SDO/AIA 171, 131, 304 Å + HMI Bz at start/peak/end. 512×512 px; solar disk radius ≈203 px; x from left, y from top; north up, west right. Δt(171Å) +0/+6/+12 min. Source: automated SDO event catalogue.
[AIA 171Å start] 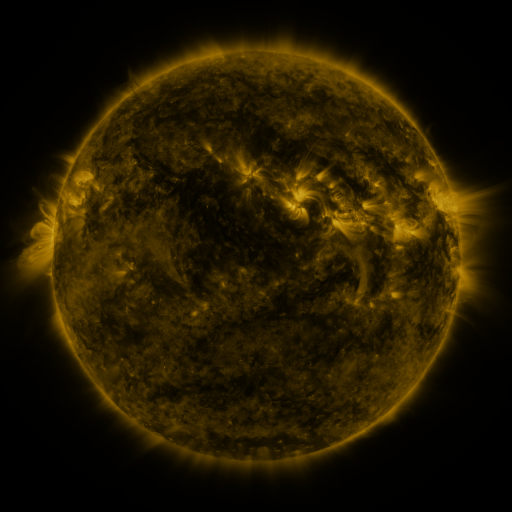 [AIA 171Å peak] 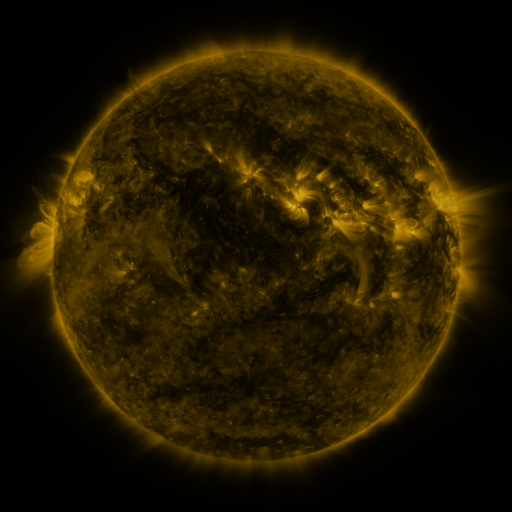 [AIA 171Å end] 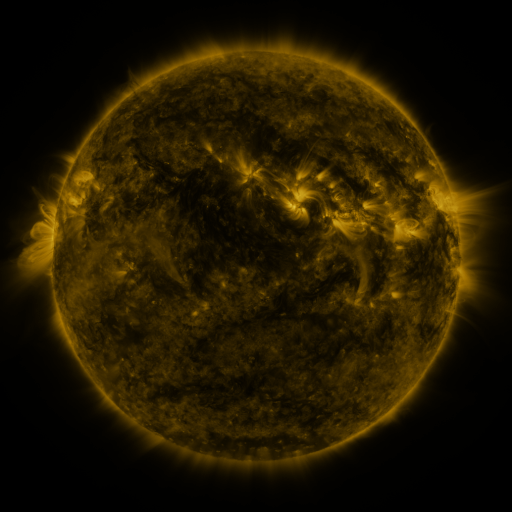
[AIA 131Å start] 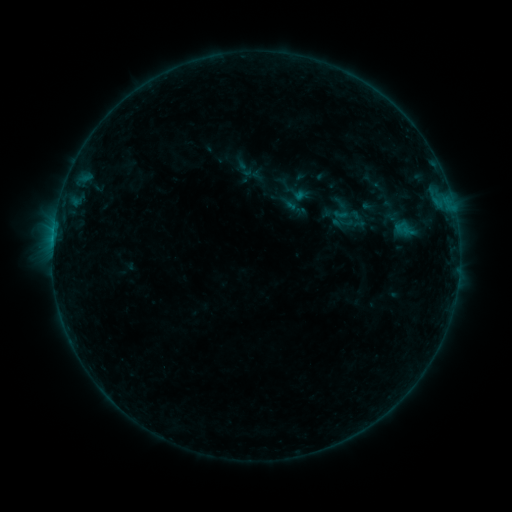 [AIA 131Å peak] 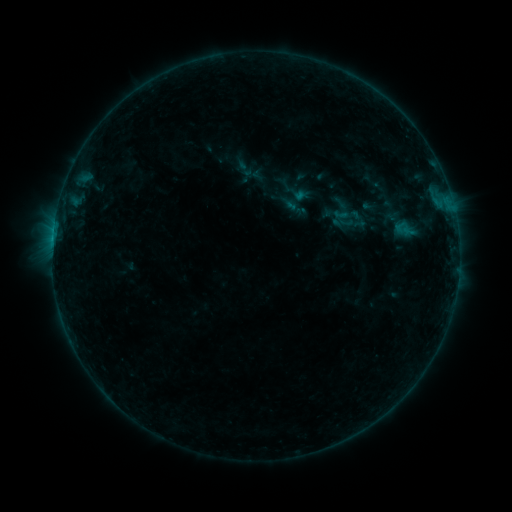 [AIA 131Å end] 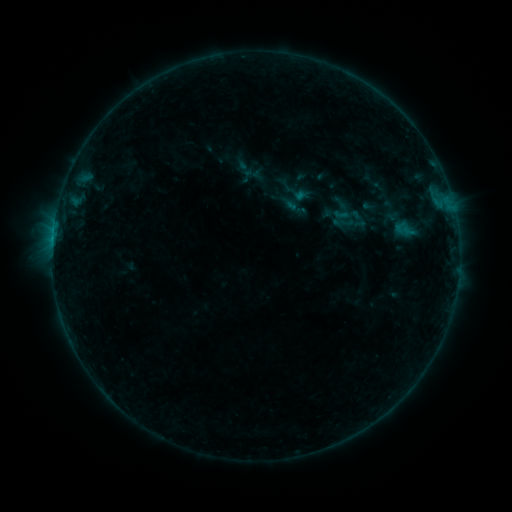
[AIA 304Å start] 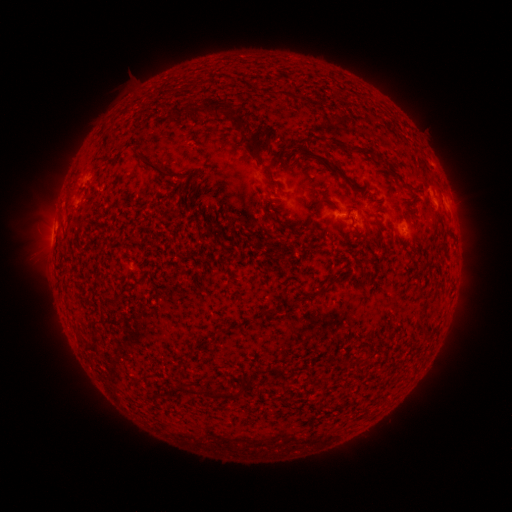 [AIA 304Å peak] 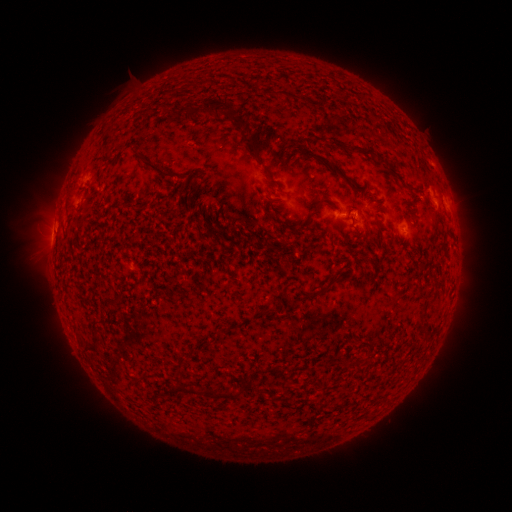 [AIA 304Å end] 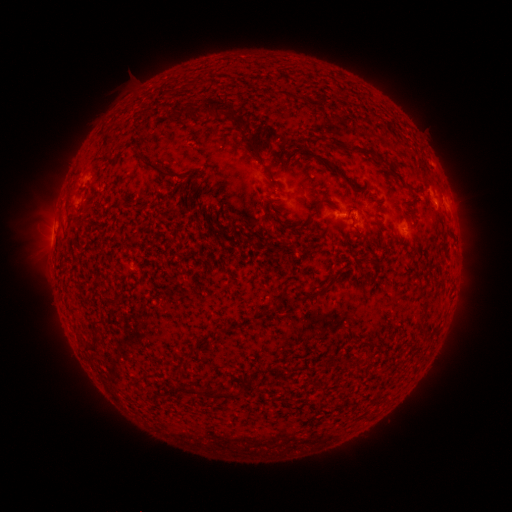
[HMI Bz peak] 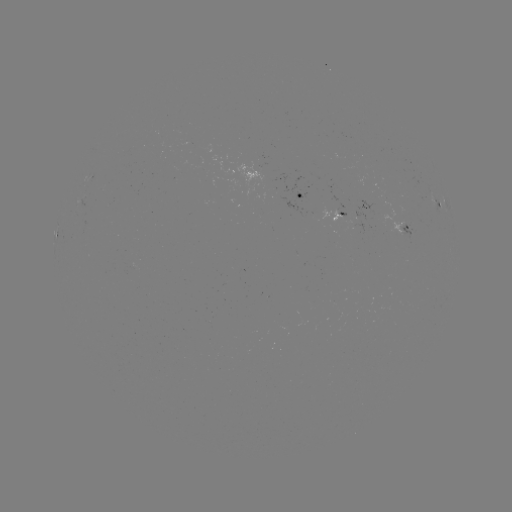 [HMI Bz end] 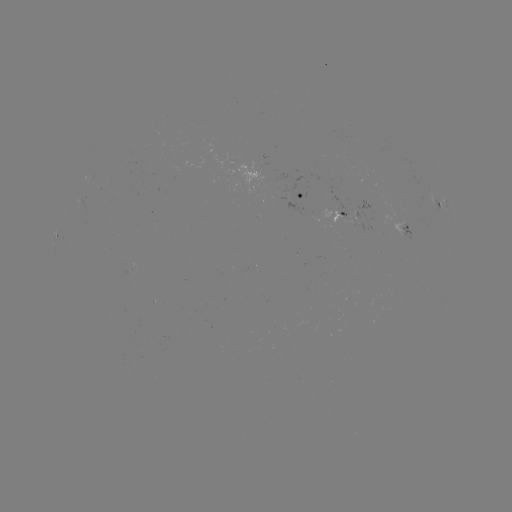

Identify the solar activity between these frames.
nothing was catalogued: no classed flare, no EUV trigger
